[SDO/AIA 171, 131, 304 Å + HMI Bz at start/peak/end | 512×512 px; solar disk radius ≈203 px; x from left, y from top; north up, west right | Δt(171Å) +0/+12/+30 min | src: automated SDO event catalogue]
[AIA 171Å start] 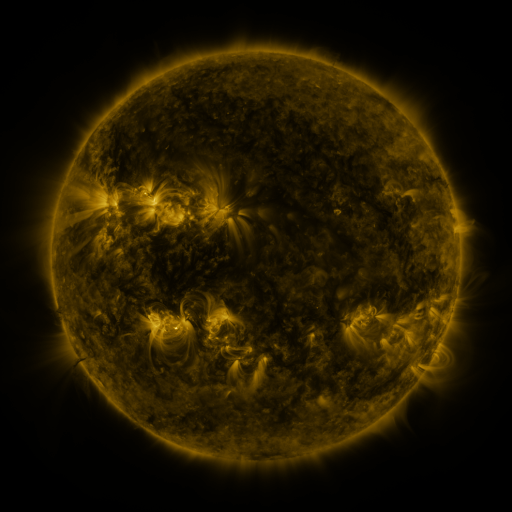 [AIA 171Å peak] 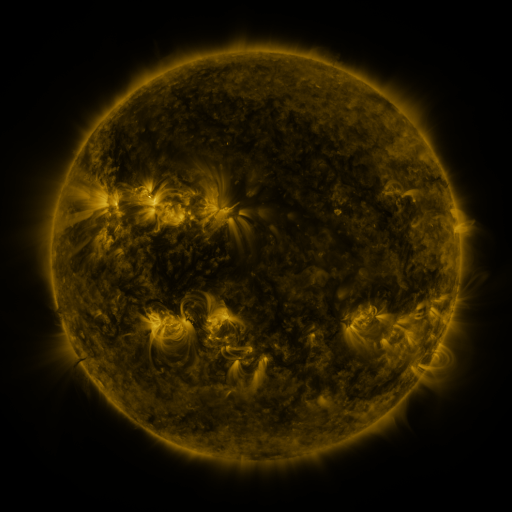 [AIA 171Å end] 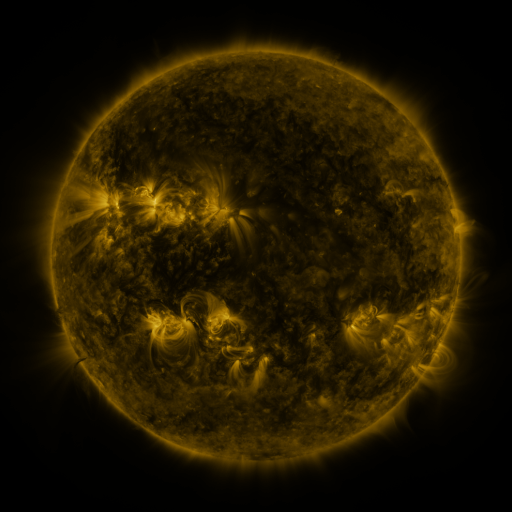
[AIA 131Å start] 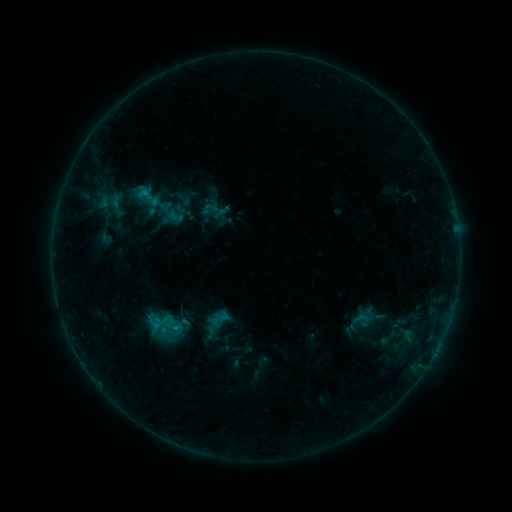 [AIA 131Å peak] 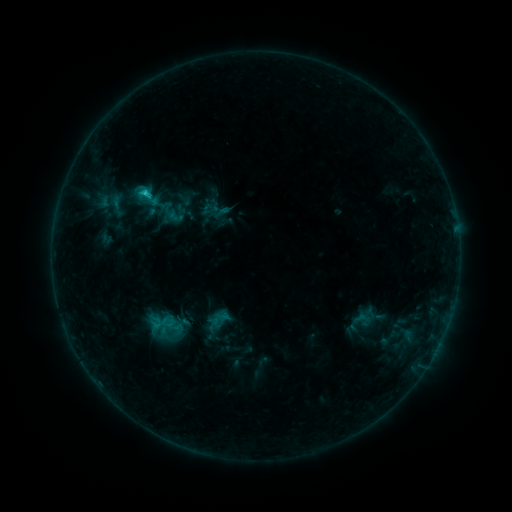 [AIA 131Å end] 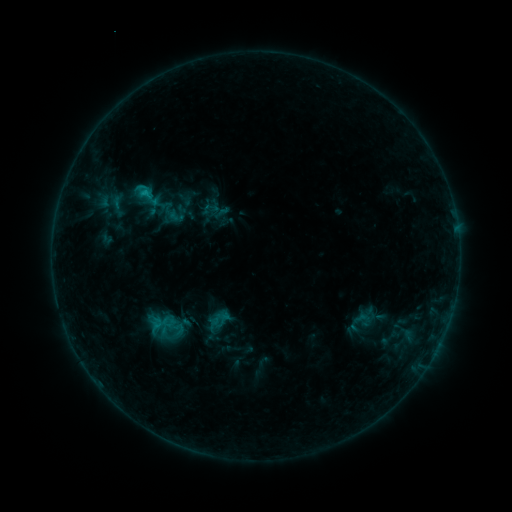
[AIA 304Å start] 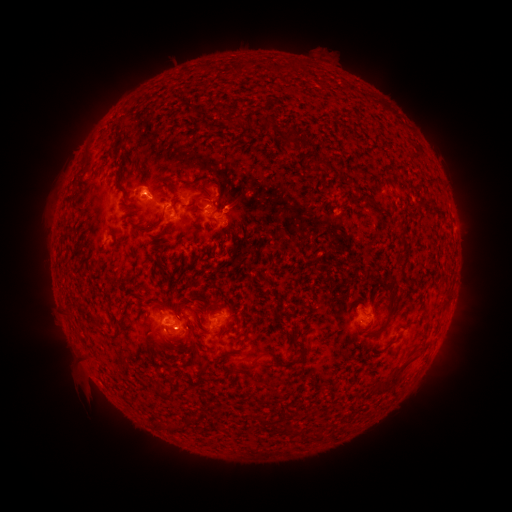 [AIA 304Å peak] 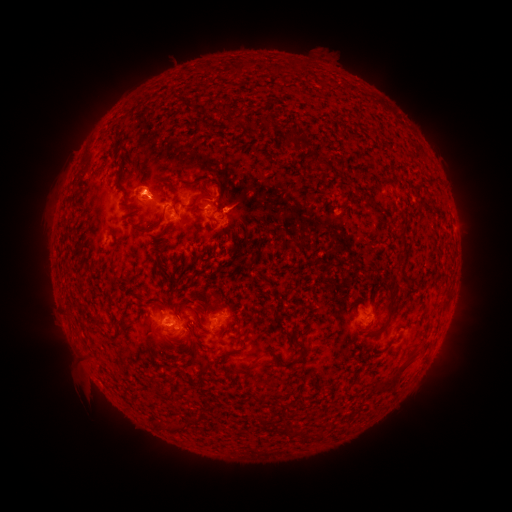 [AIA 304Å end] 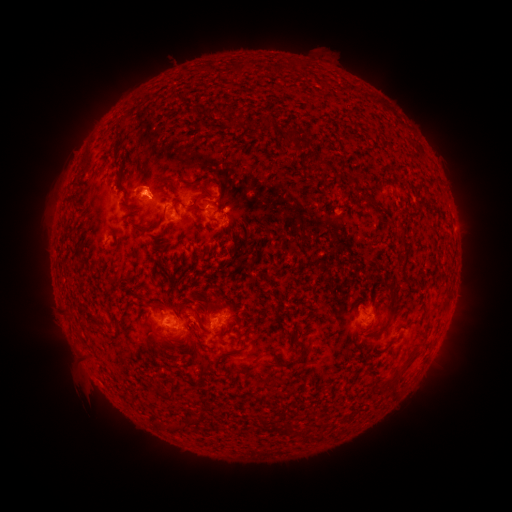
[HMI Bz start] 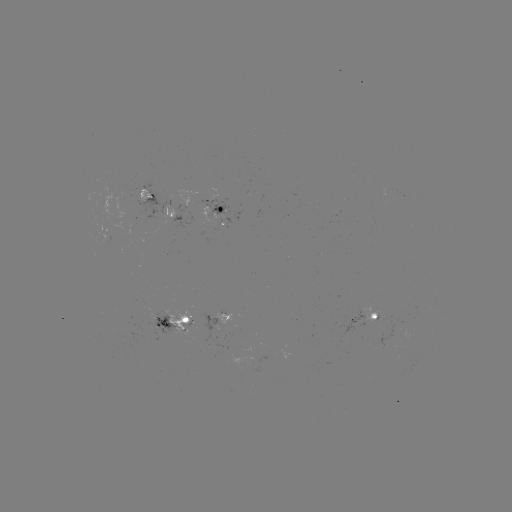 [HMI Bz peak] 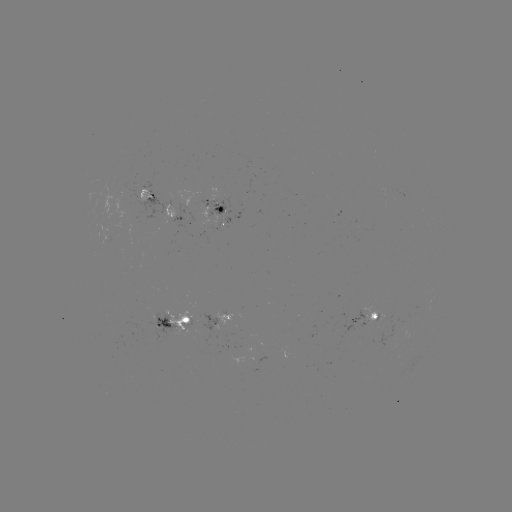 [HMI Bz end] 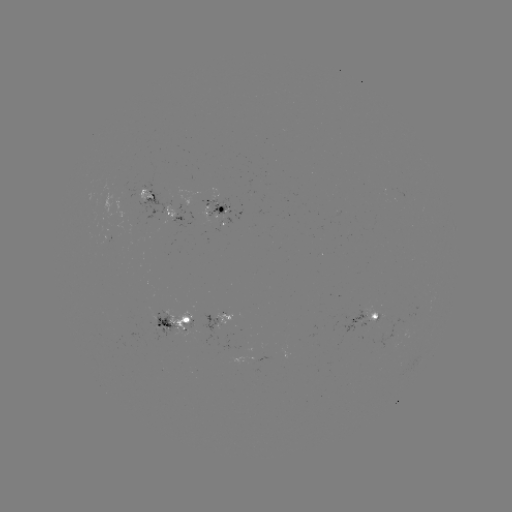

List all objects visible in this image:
C1.3 flare: (146, 194)
